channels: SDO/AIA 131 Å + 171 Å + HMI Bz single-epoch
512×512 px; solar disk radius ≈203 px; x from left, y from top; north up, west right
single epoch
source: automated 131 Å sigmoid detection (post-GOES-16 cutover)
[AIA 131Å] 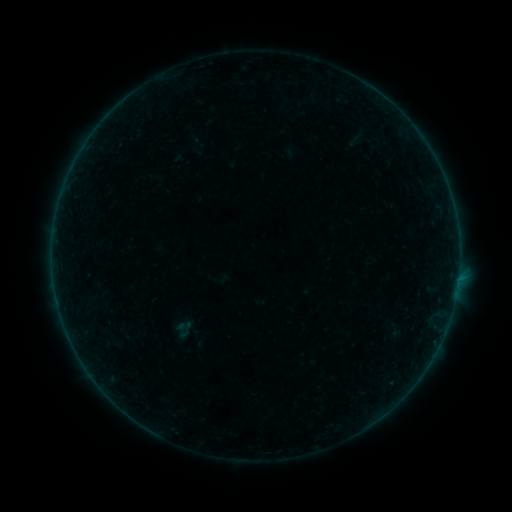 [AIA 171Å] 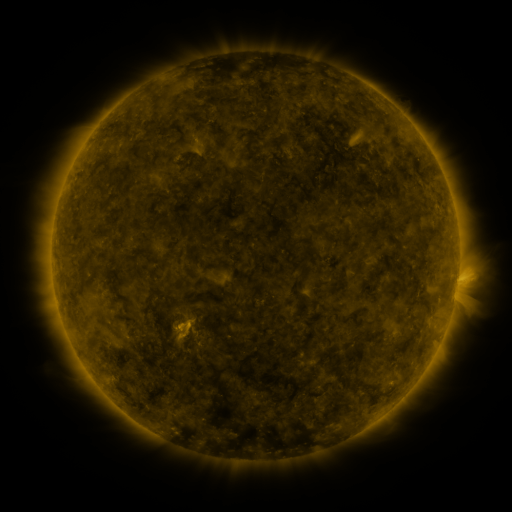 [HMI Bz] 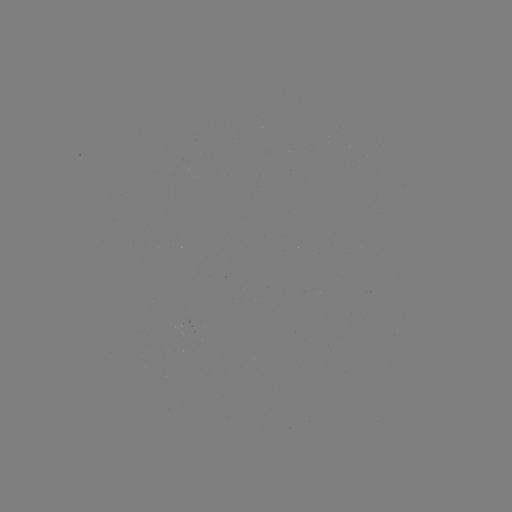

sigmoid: [338, 127, 375, 150]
